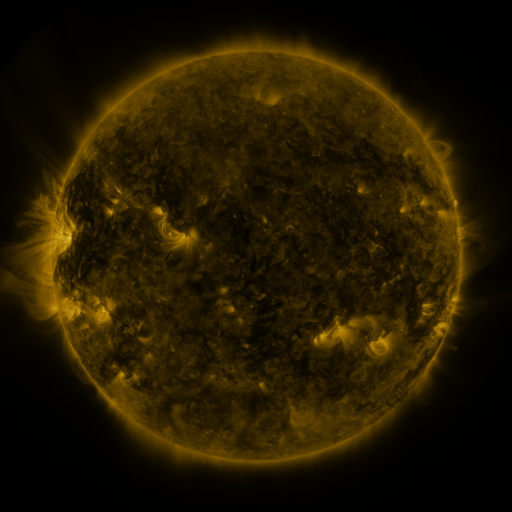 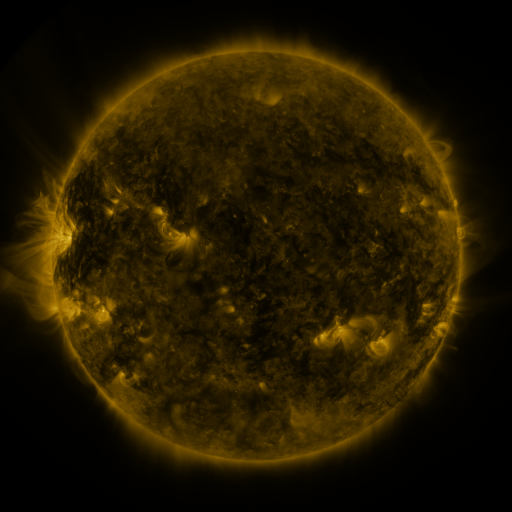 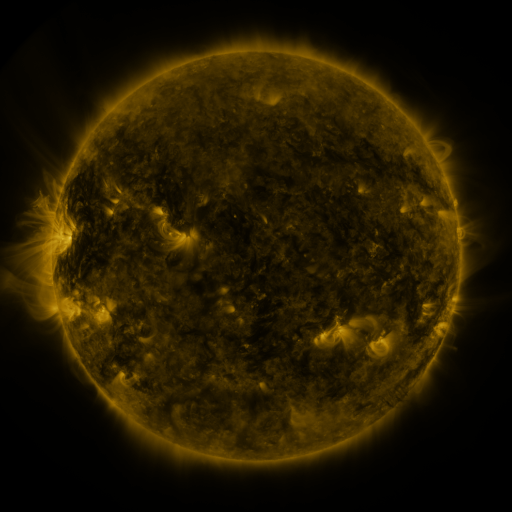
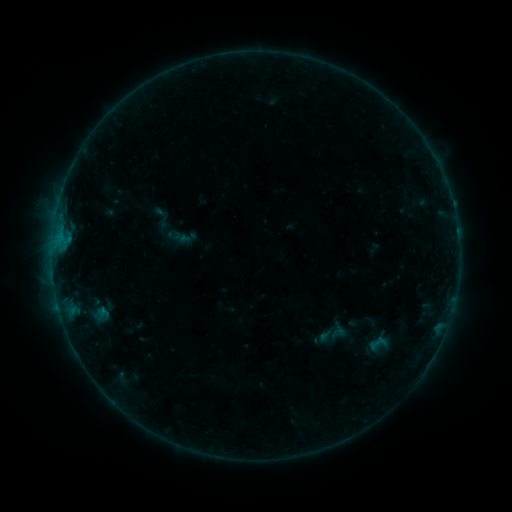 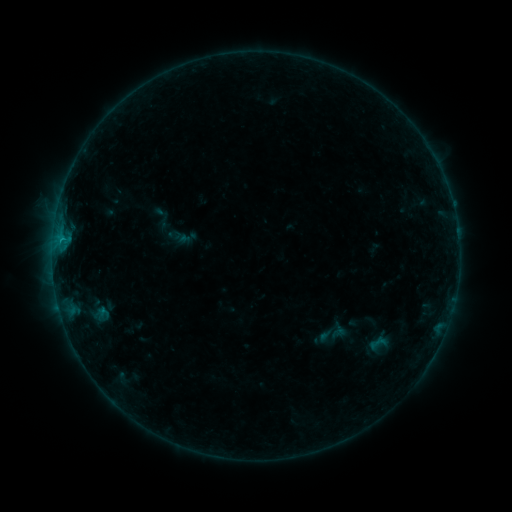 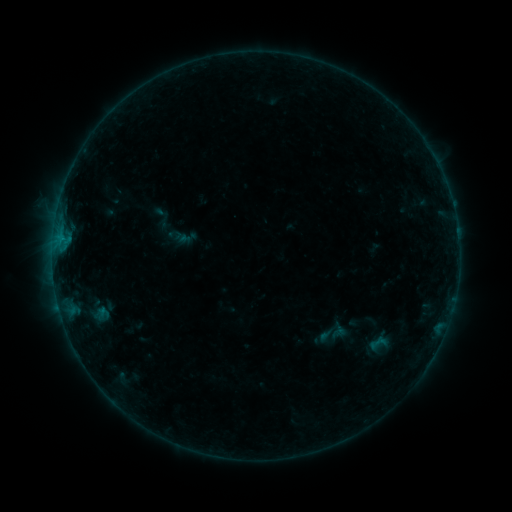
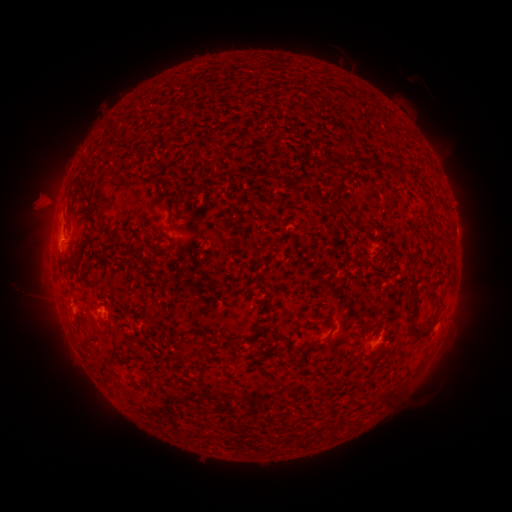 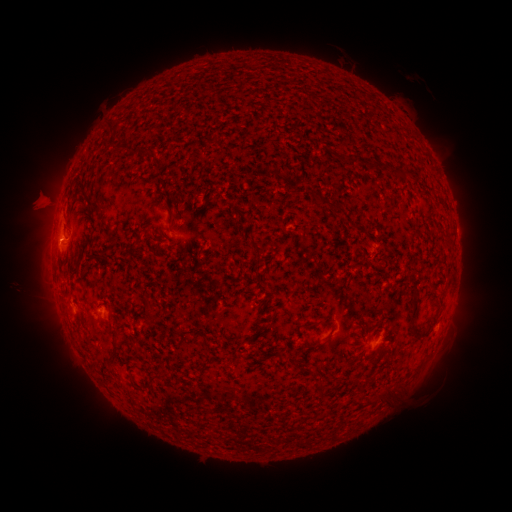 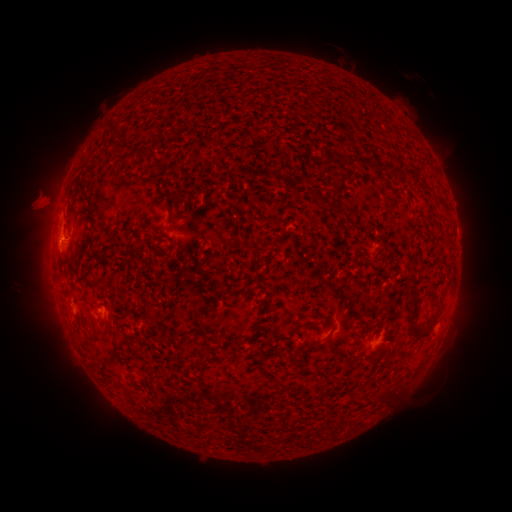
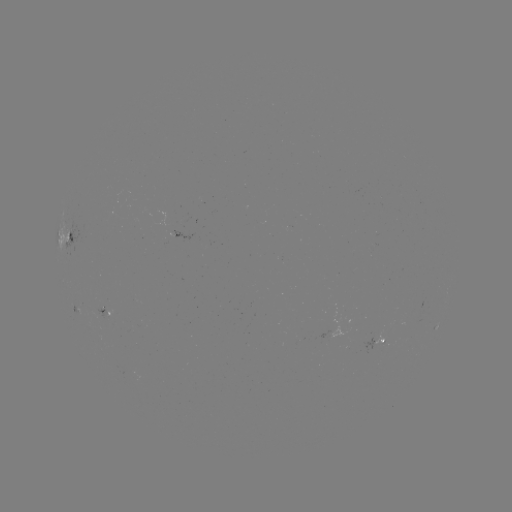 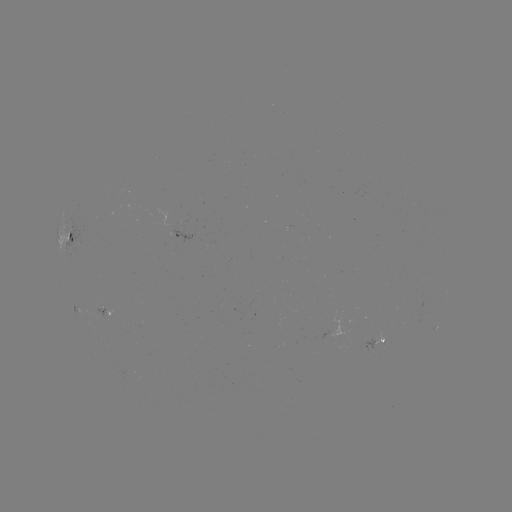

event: flare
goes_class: B3.5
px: (62, 243)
